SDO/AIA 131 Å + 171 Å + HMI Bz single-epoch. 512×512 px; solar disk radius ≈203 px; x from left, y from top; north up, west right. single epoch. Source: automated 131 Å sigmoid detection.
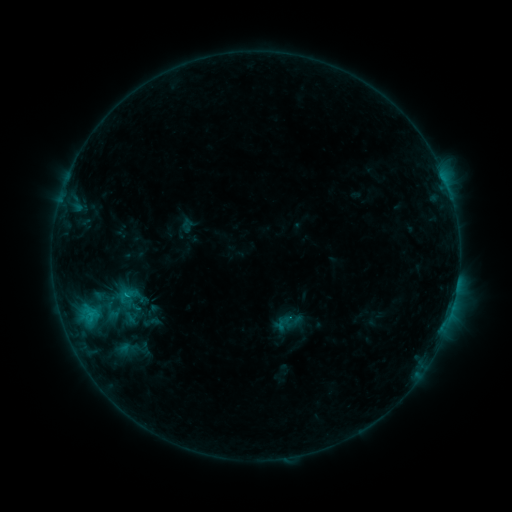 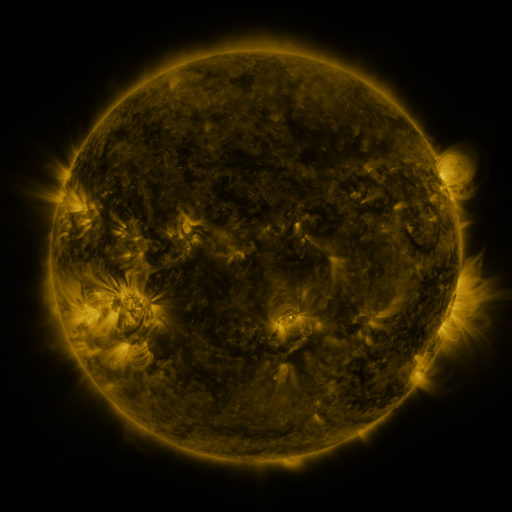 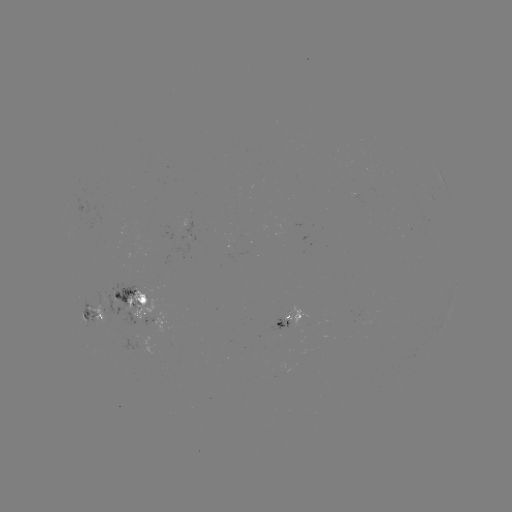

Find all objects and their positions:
sigmoid: (126, 297)
